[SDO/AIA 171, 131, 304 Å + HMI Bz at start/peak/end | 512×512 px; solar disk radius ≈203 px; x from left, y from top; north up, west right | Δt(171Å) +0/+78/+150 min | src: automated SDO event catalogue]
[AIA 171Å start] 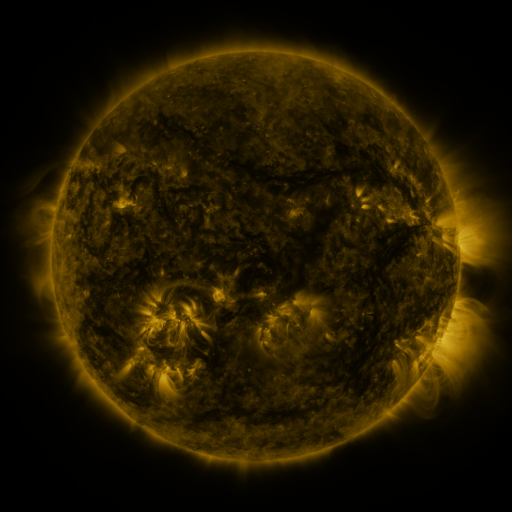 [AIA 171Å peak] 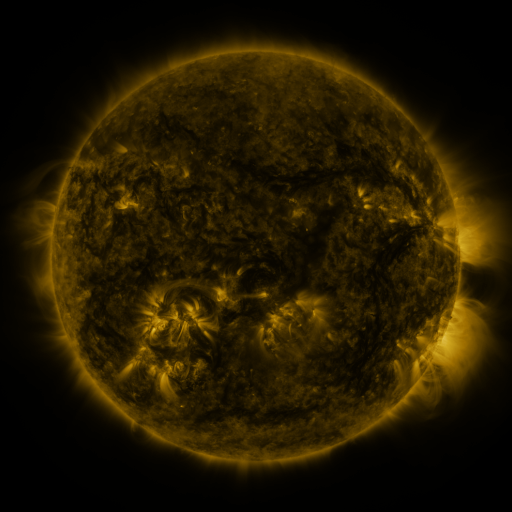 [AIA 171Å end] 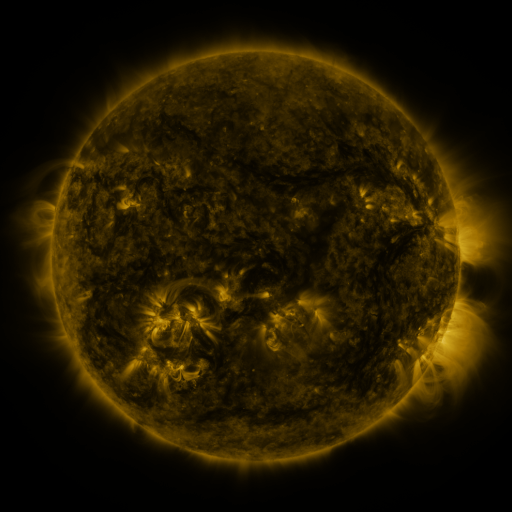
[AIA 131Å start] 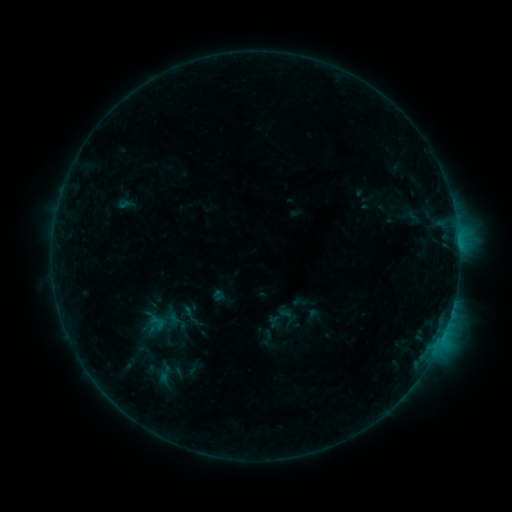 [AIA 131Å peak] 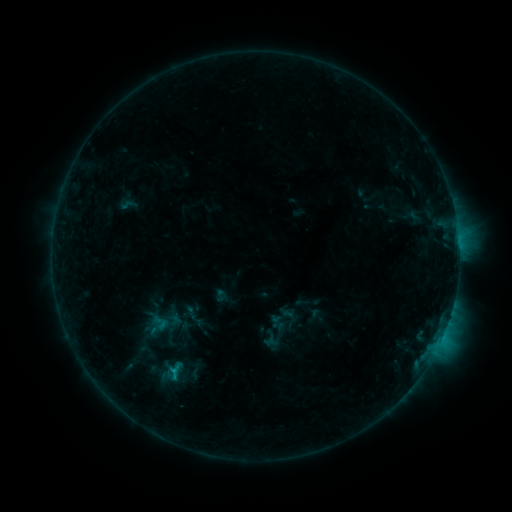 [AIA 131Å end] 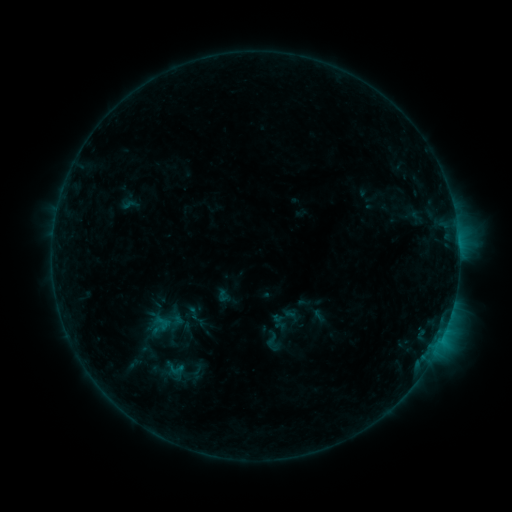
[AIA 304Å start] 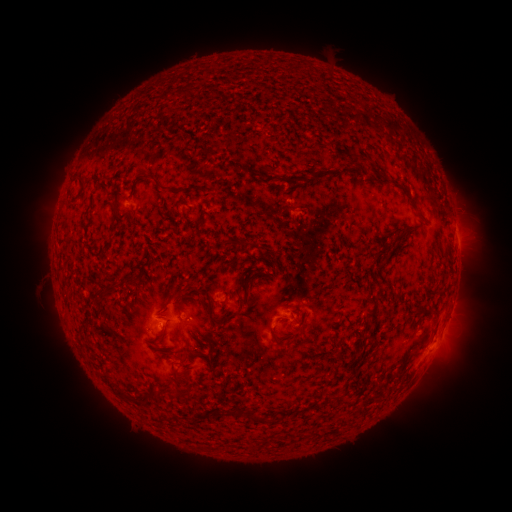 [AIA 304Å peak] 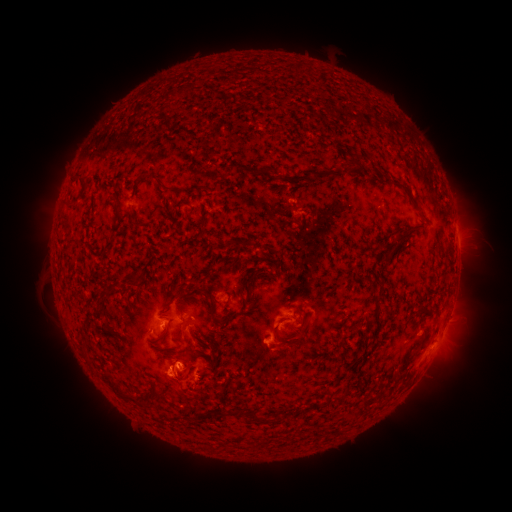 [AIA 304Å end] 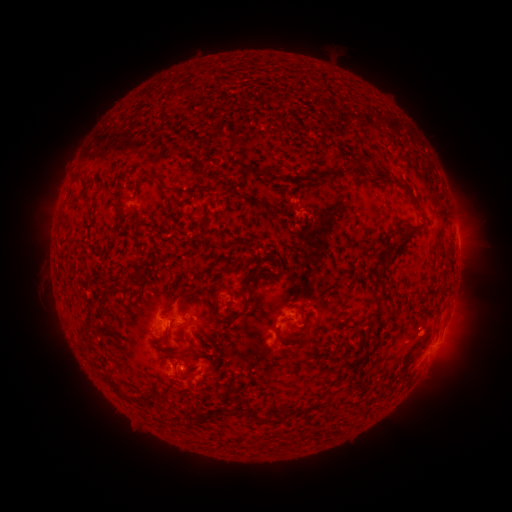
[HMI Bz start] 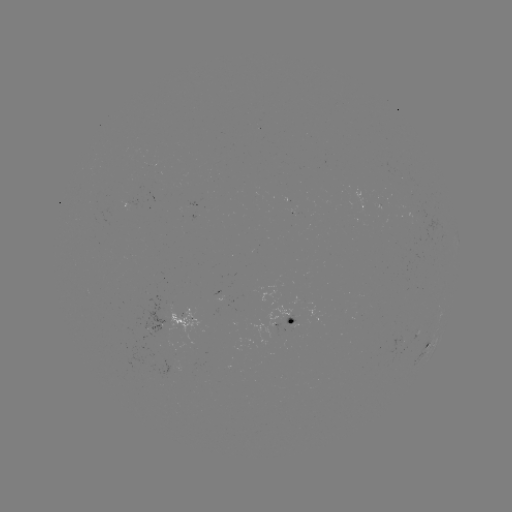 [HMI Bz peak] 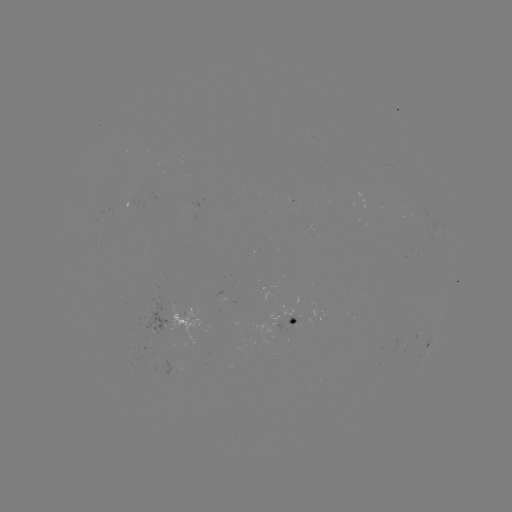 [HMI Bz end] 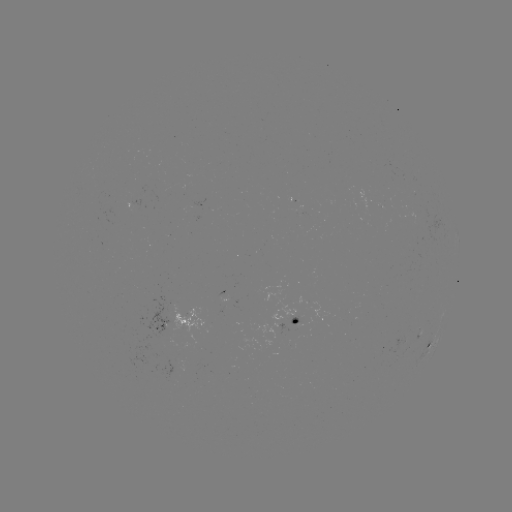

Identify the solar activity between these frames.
C1.0 flare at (174, 370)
